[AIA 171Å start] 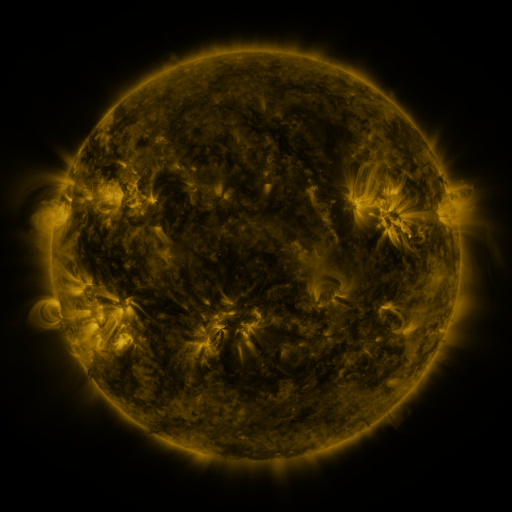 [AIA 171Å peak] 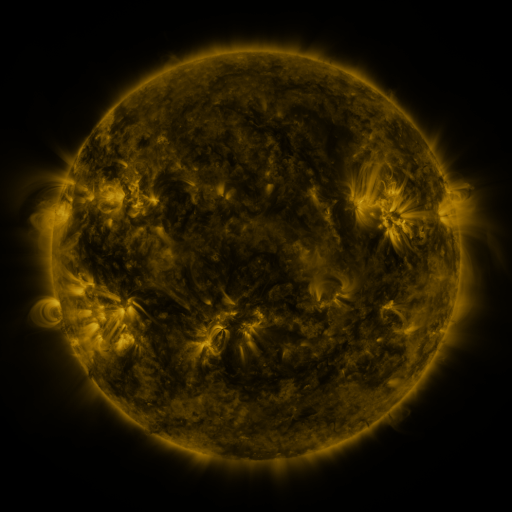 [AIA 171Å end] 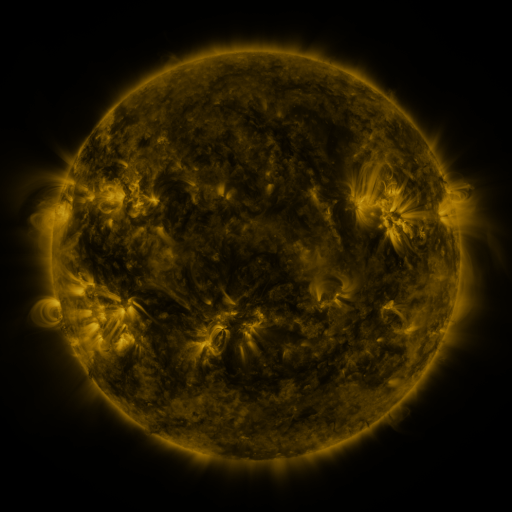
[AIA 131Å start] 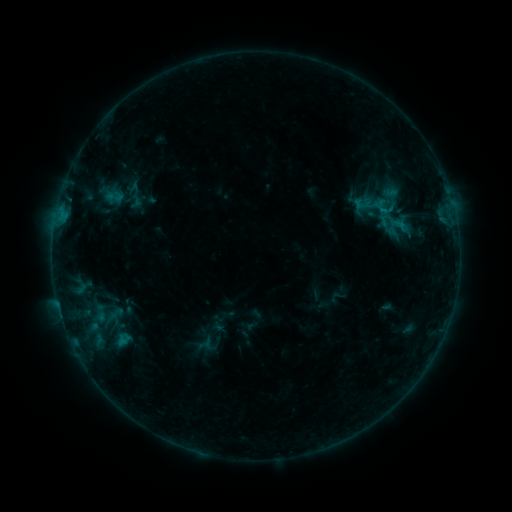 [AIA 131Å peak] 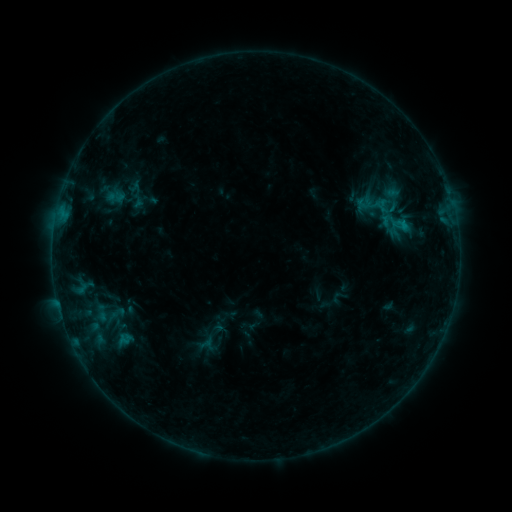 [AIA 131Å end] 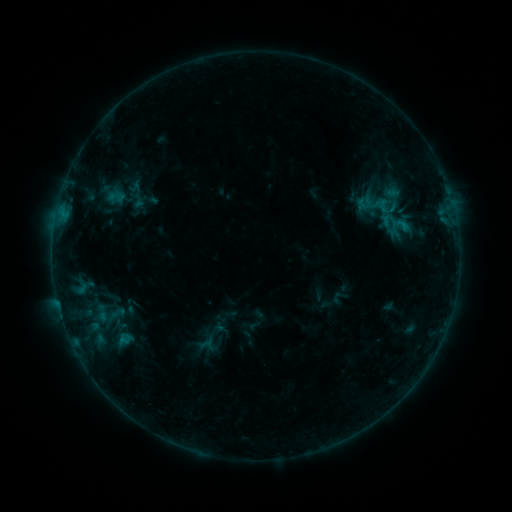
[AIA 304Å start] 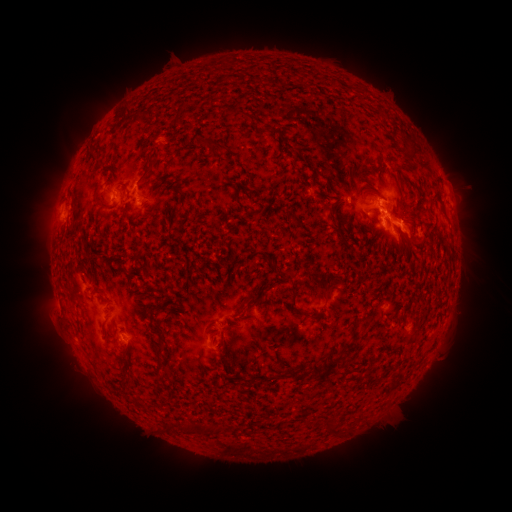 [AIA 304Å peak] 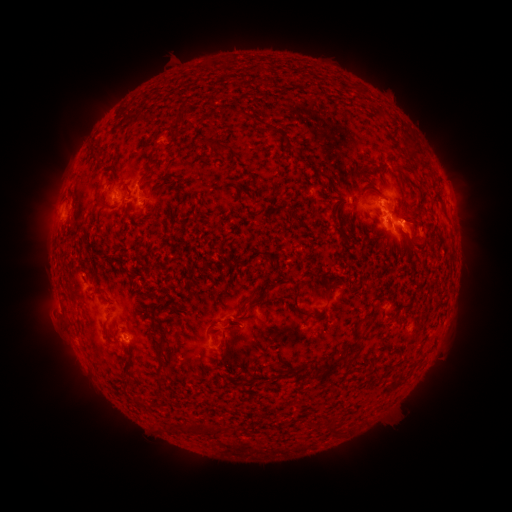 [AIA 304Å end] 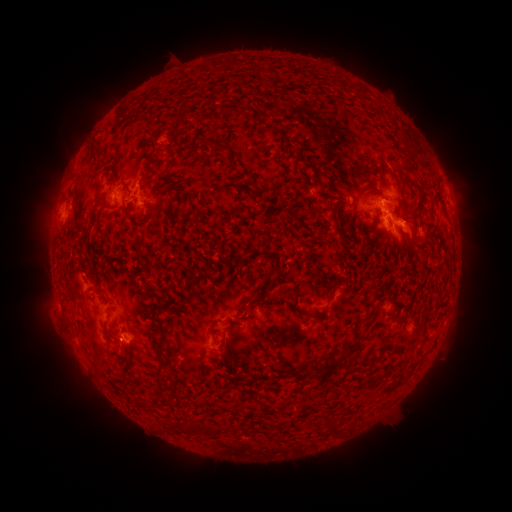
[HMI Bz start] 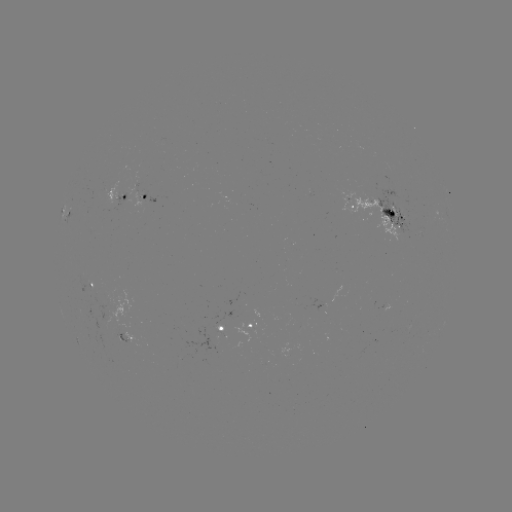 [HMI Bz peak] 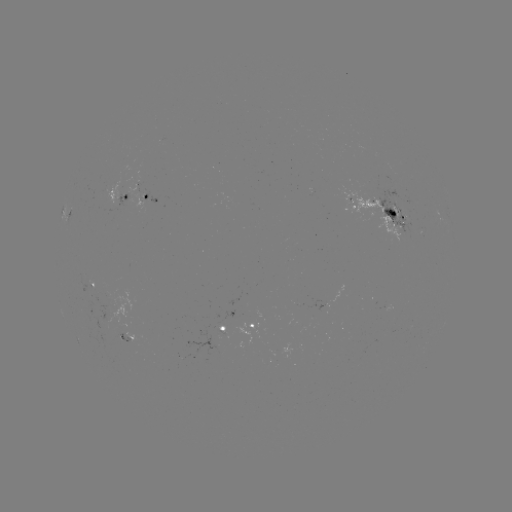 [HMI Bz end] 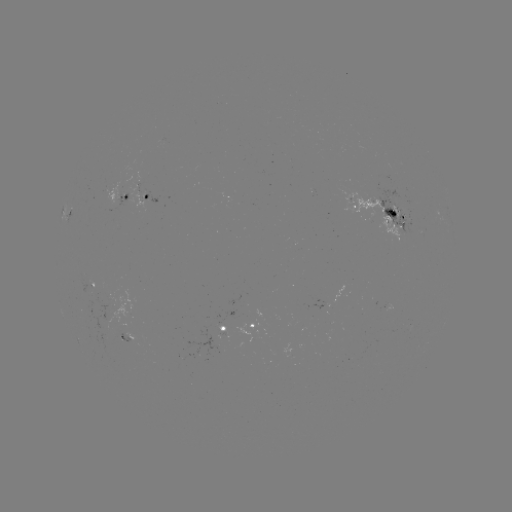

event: emerging-flux region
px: (134, 175)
